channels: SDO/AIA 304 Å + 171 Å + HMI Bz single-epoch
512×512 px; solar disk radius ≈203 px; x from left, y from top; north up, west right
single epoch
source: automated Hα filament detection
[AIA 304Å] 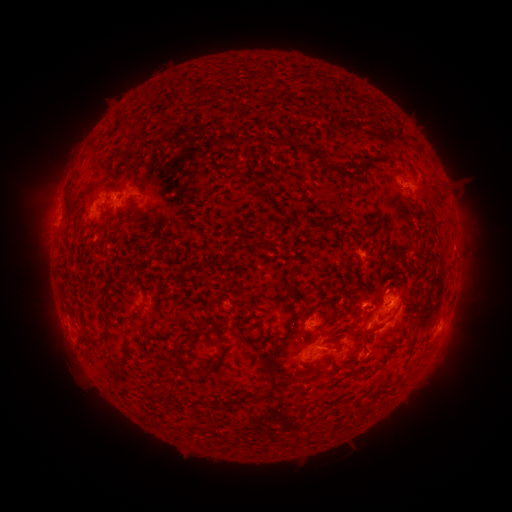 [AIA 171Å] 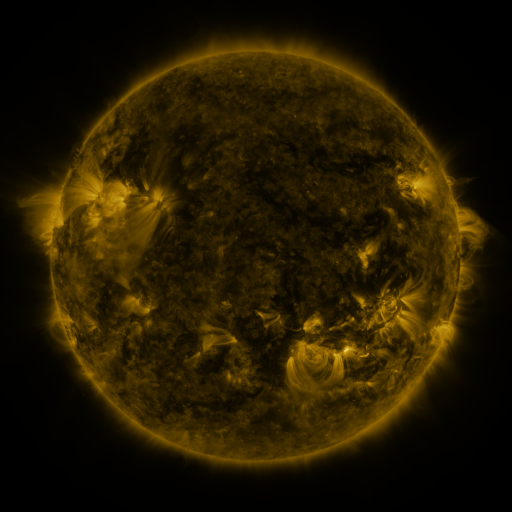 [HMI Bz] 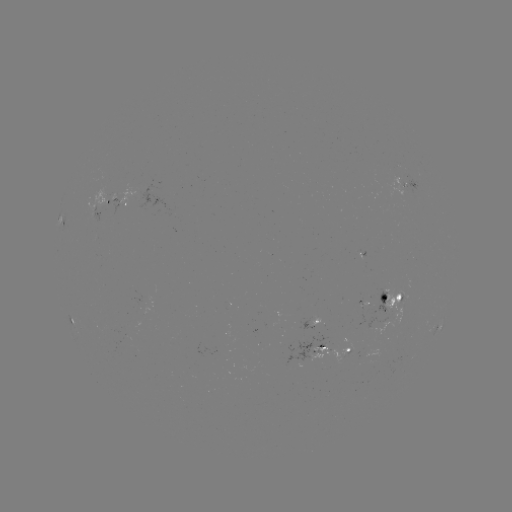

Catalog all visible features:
filament: <bbox>201, 89, 212, 100</bbox>
filament: <bbox>272, 136, 337, 171</bbox>
filament: <bbox>128, 182, 139, 192</bbox>
filament: <bbox>285, 268, 299, 308</bbox>
filament: <bbox>140, 285, 148, 298</bbox>
filament: <bbox>314, 313, 330, 329</bbox>
filament: <bbox>324, 320, 384, 343</bbox>
filament: <bbox>98, 330, 110, 344</bbox>
filament: <bbox>84, 342, 93, 351</bbox>
filament: <bbox>346, 349, 360, 361</bbox>
filament: <bbox>253, 350, 281, 404</bbox>
filament: <bbox>349, 361, 359, 375</bbox>
filament: <bbox>289, 363, 298, 372</bbox>
